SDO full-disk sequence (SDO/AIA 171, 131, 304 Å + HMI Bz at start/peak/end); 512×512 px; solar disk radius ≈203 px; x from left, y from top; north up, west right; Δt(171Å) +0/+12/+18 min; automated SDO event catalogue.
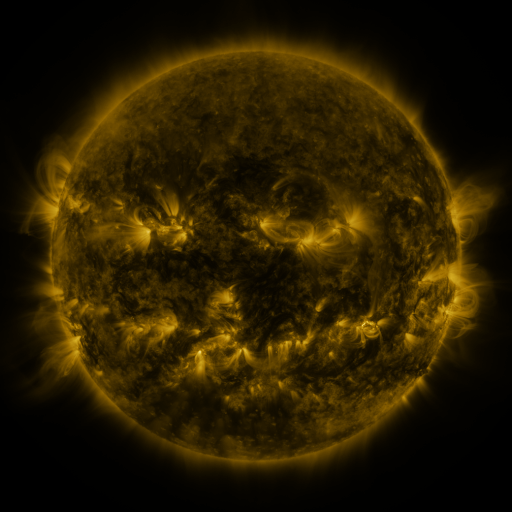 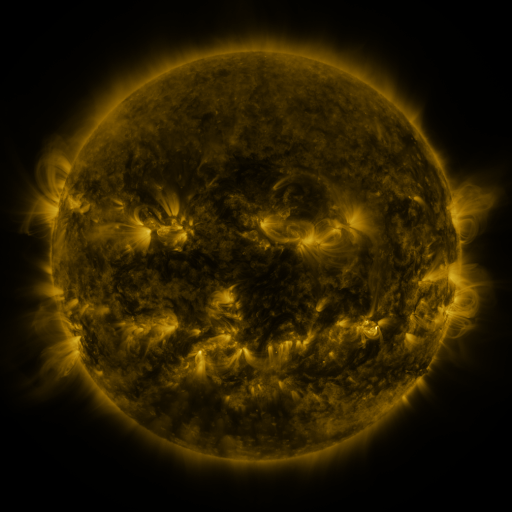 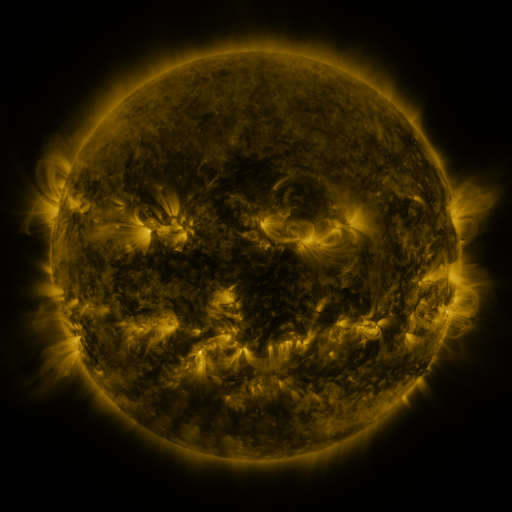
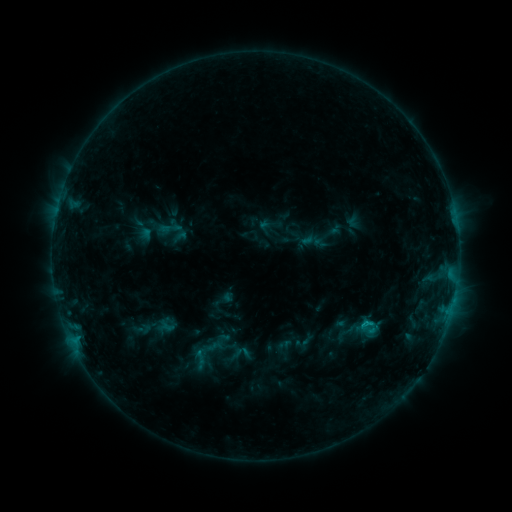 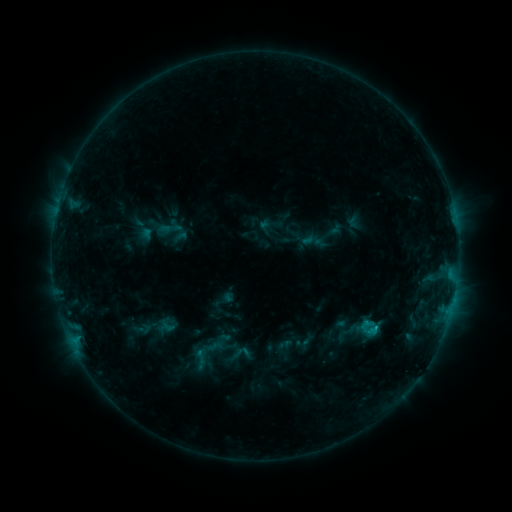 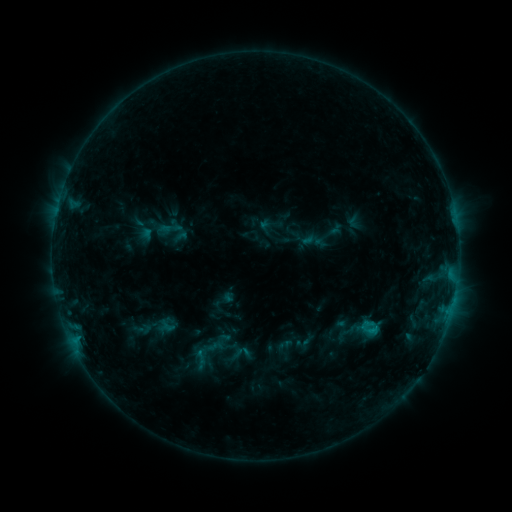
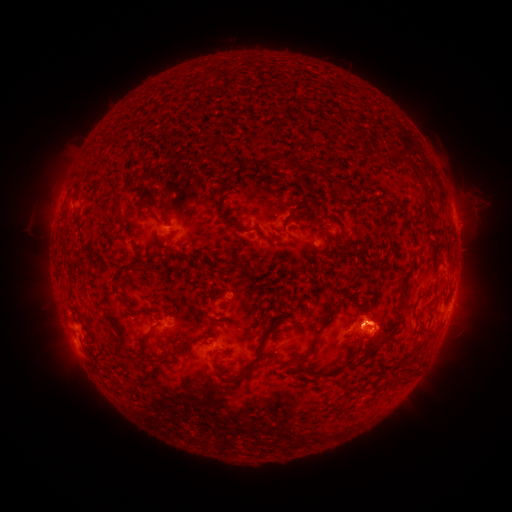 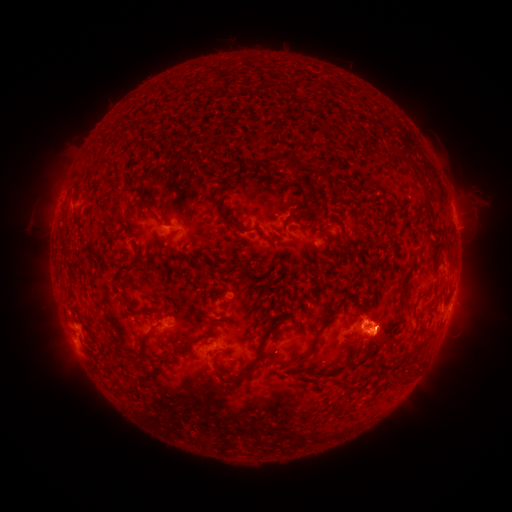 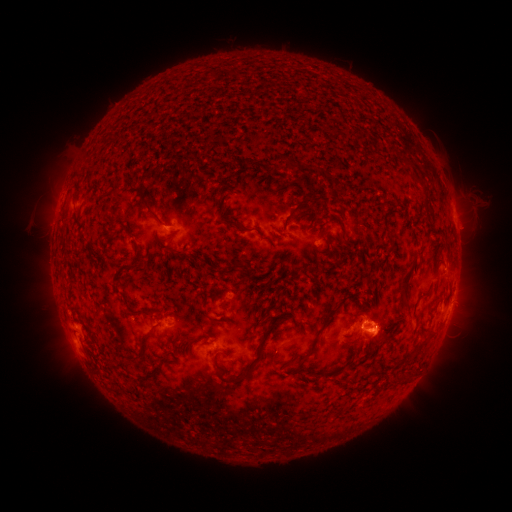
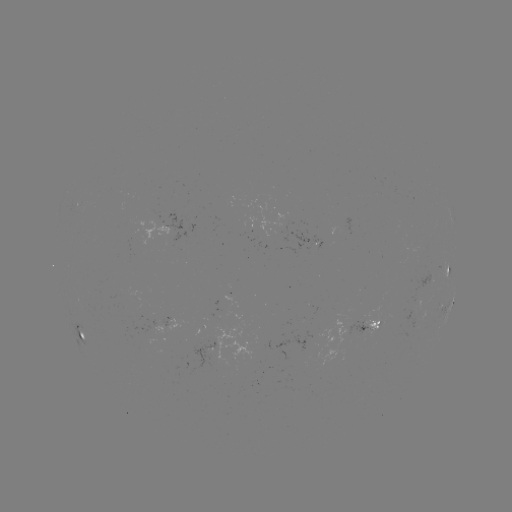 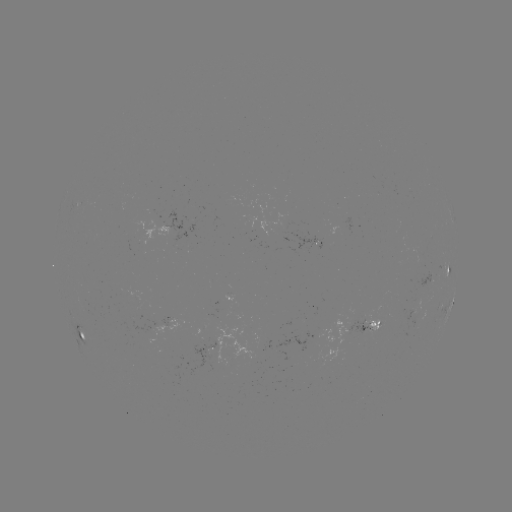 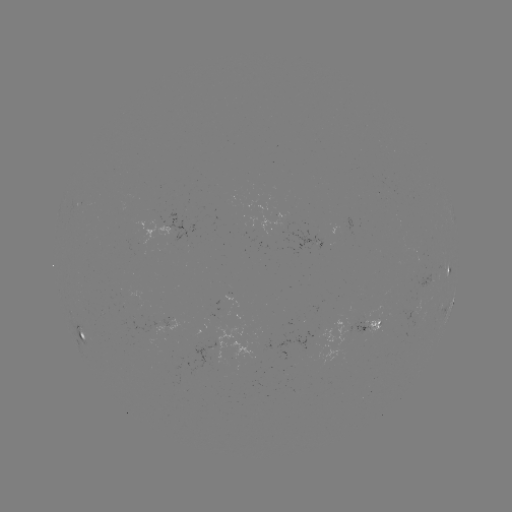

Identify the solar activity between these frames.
C1.0 flare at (366, 323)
